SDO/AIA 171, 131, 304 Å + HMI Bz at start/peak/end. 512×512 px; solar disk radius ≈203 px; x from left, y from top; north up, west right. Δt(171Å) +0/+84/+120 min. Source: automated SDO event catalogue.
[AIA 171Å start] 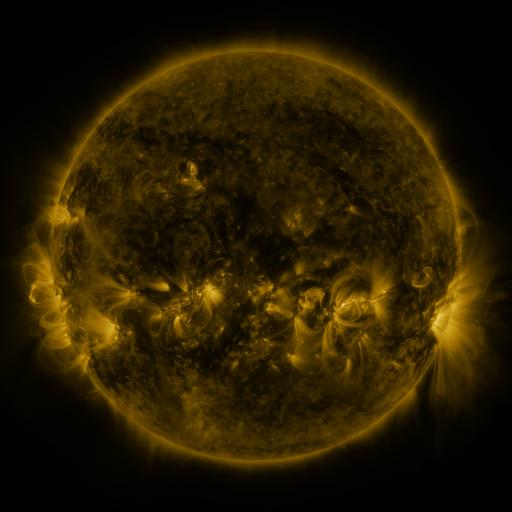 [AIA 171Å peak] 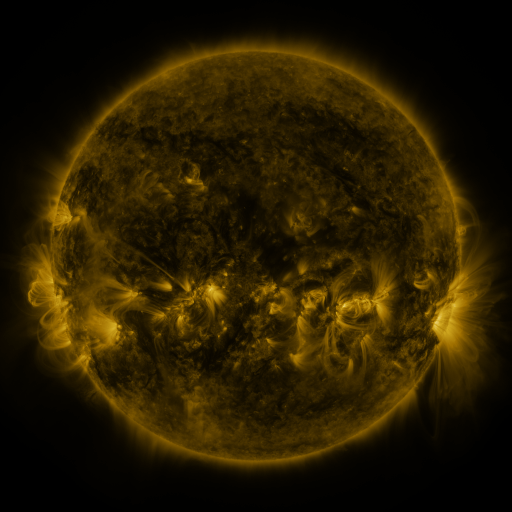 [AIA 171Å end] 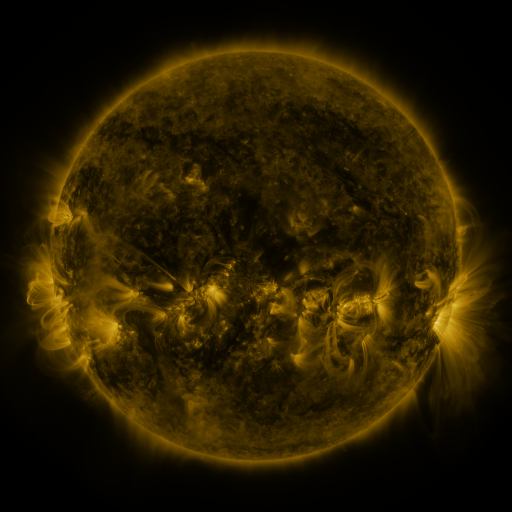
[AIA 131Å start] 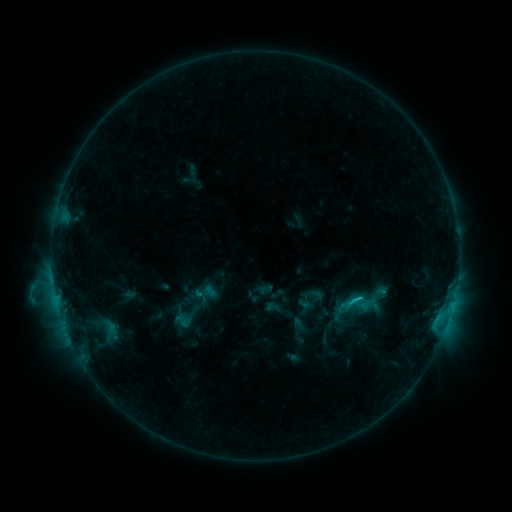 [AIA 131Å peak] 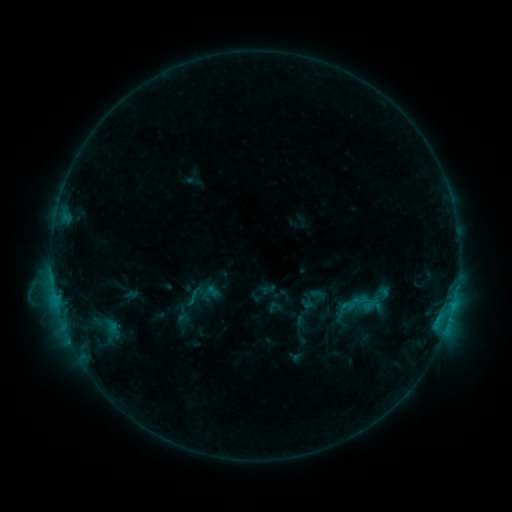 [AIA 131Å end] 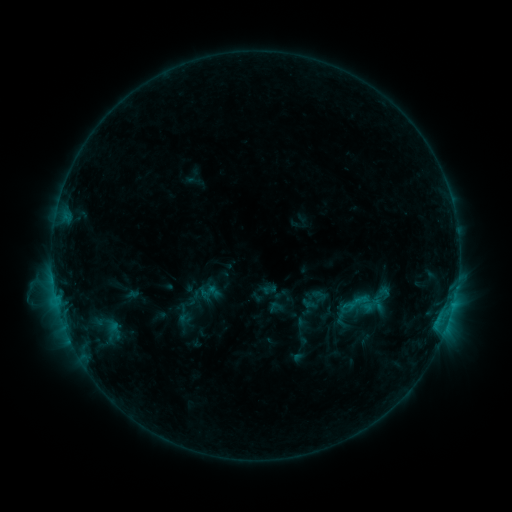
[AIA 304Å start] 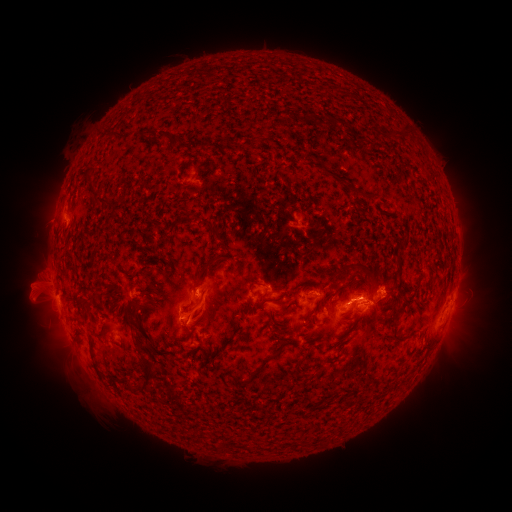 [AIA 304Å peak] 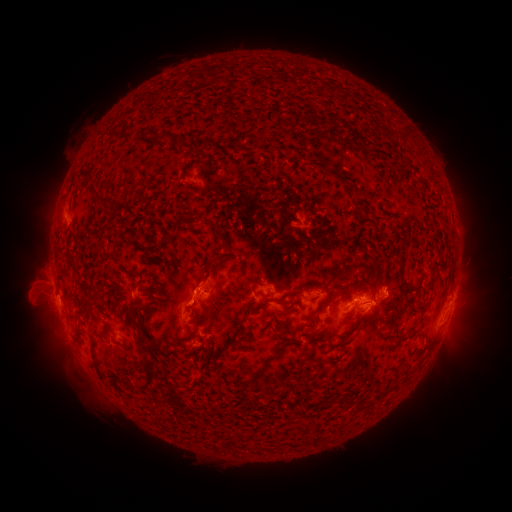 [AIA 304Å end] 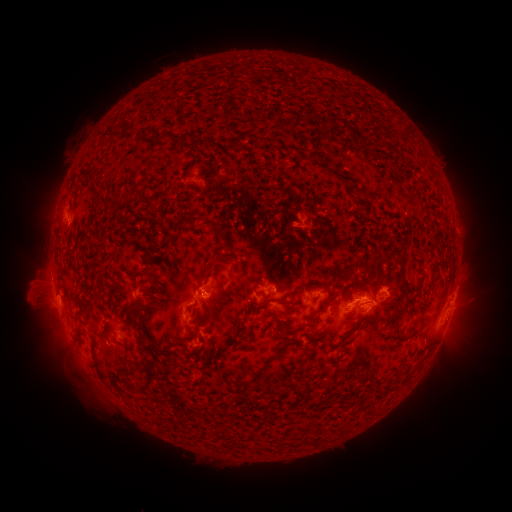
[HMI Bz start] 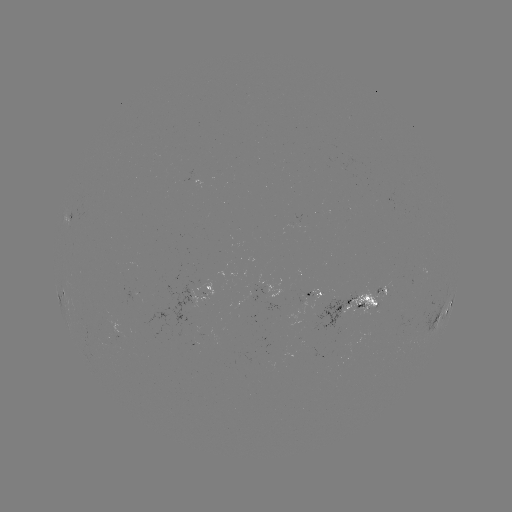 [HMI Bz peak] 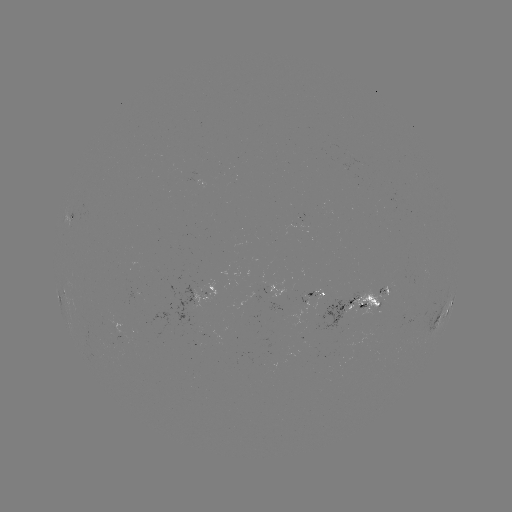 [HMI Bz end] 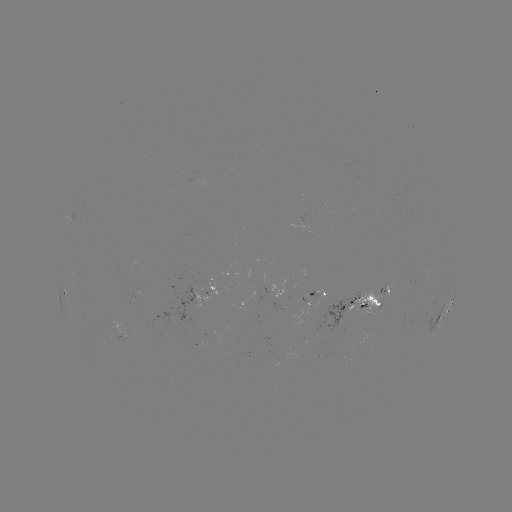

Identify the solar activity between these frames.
emerging-flux region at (189, 319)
